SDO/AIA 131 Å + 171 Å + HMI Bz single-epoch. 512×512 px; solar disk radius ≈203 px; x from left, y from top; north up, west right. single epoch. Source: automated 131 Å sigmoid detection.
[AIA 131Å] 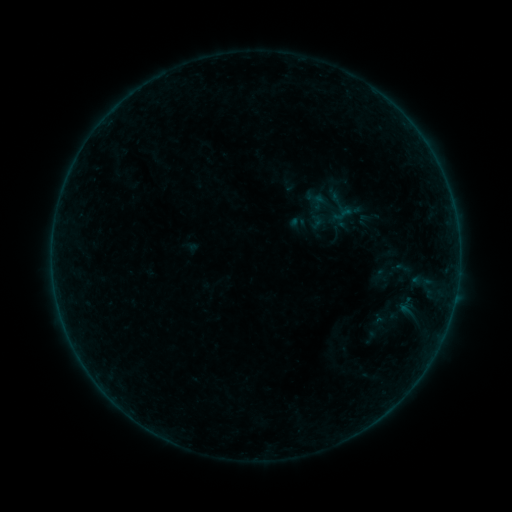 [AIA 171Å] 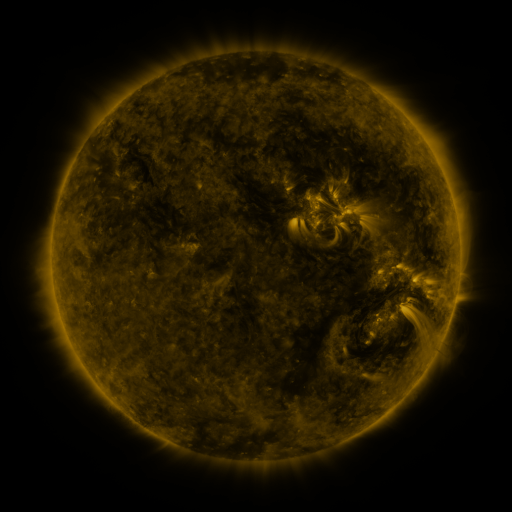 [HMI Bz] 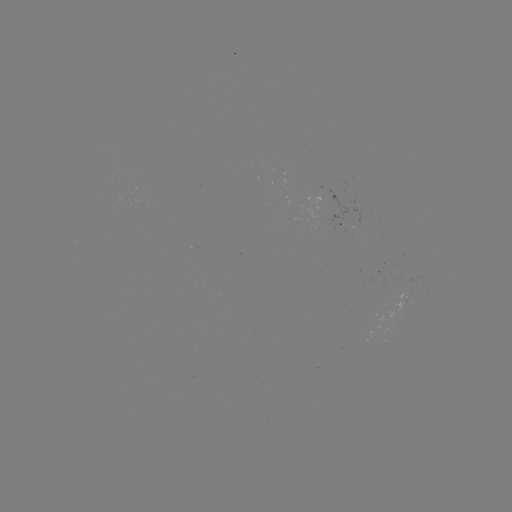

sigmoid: <bbox>394, 295, 419, 321</bbox>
